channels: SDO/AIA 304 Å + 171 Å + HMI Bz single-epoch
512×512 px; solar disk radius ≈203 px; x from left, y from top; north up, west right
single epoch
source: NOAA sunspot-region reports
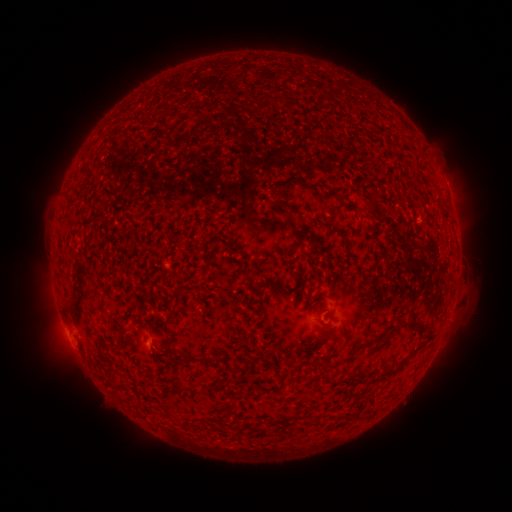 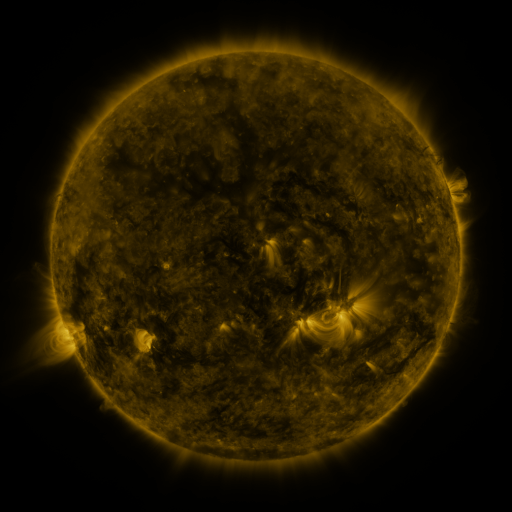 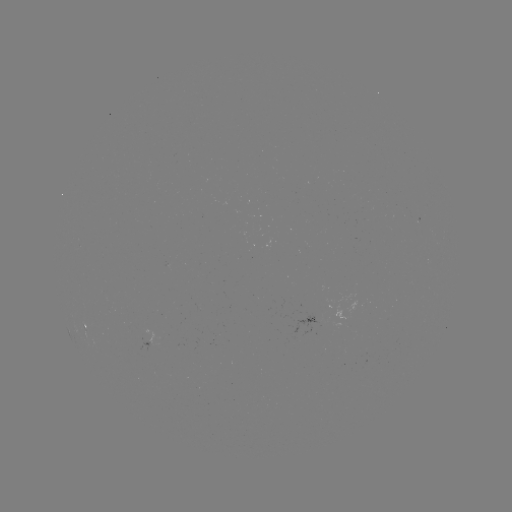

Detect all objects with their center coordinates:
spotted active region: (87, 325)
spotted active region: (153, 339)
